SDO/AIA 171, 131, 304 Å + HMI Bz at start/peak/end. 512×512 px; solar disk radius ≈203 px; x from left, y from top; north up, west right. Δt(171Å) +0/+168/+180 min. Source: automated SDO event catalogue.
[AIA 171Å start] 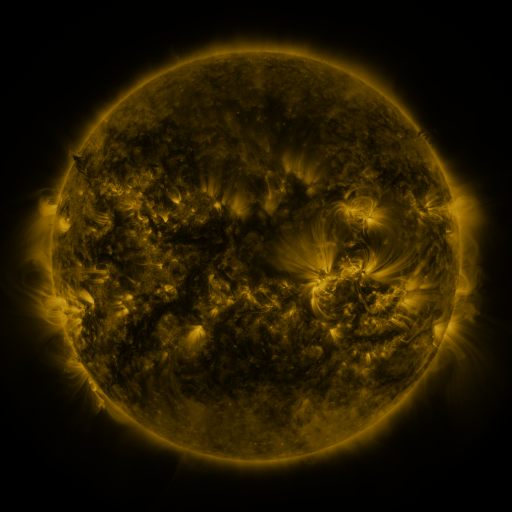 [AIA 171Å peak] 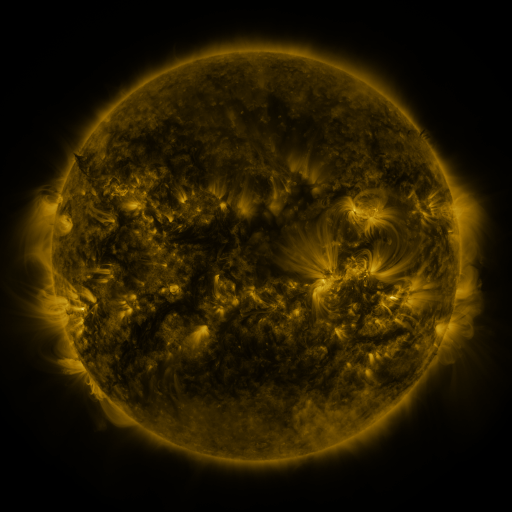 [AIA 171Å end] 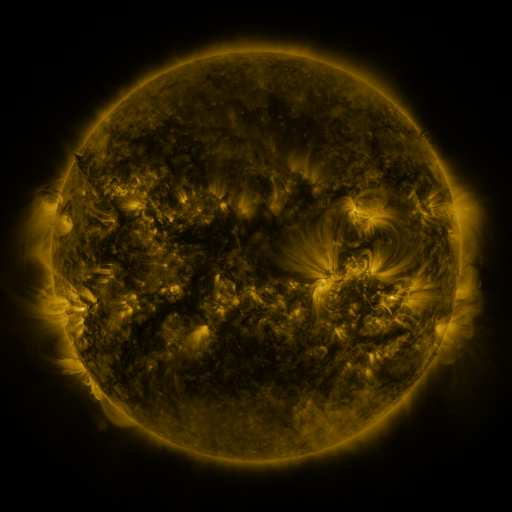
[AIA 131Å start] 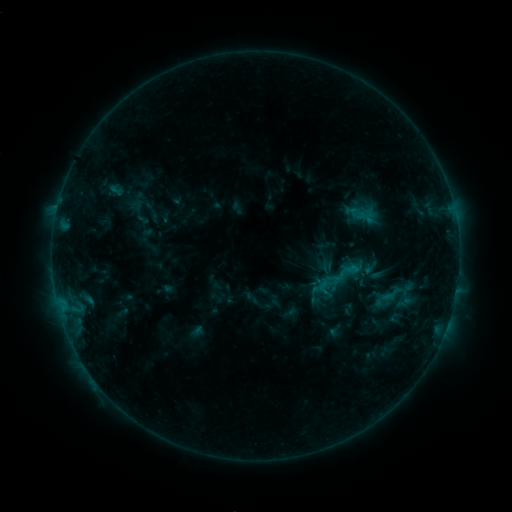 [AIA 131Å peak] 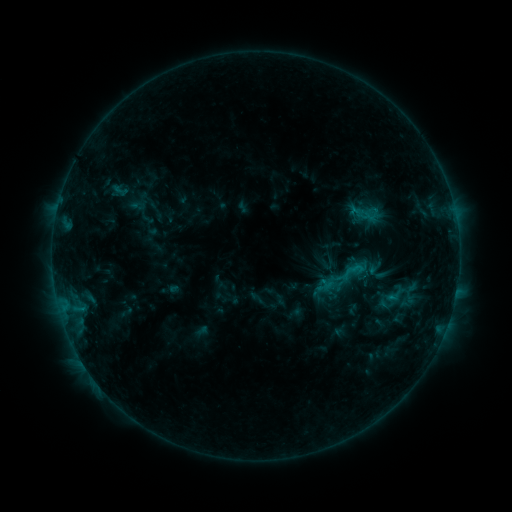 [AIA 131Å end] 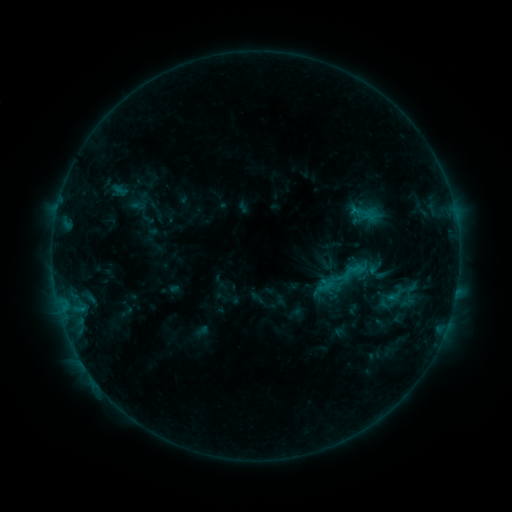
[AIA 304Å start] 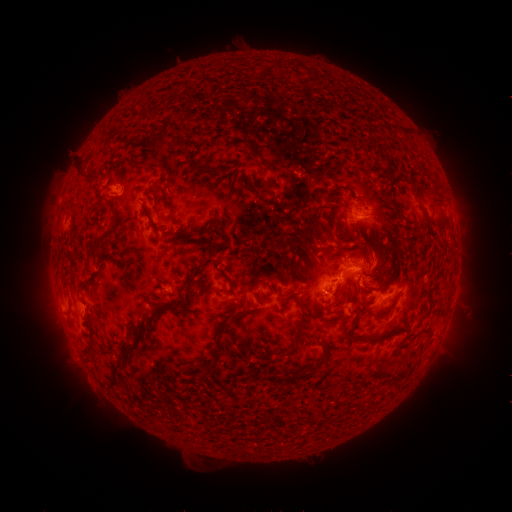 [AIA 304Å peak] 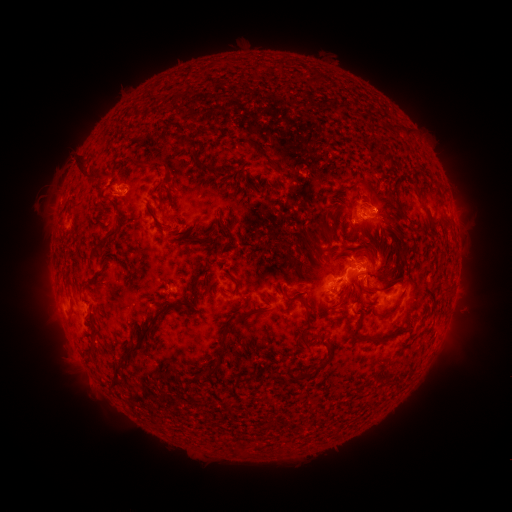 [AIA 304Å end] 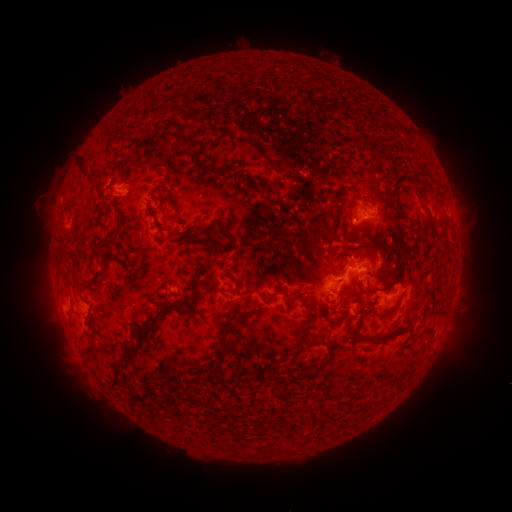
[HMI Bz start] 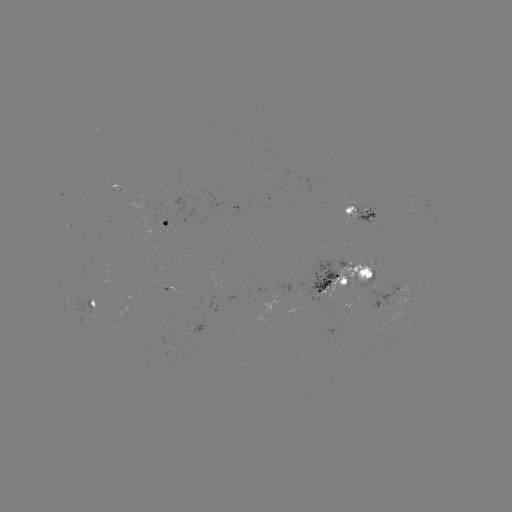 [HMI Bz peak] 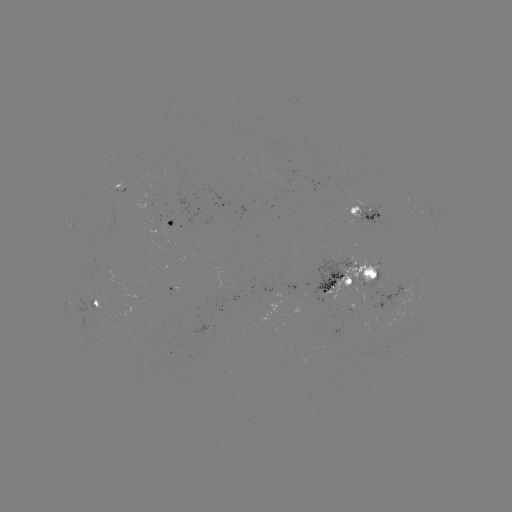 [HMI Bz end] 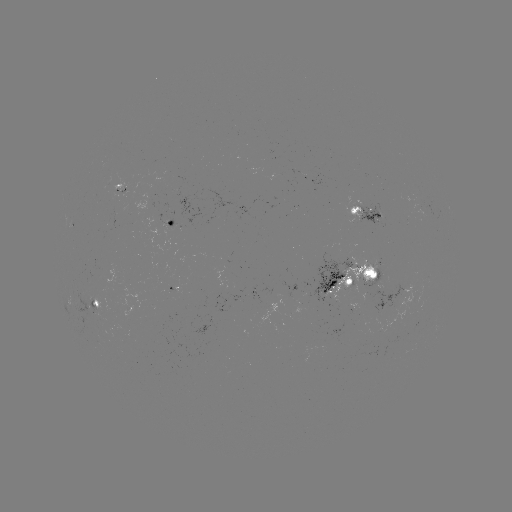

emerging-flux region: (106, 173, 124, 190)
